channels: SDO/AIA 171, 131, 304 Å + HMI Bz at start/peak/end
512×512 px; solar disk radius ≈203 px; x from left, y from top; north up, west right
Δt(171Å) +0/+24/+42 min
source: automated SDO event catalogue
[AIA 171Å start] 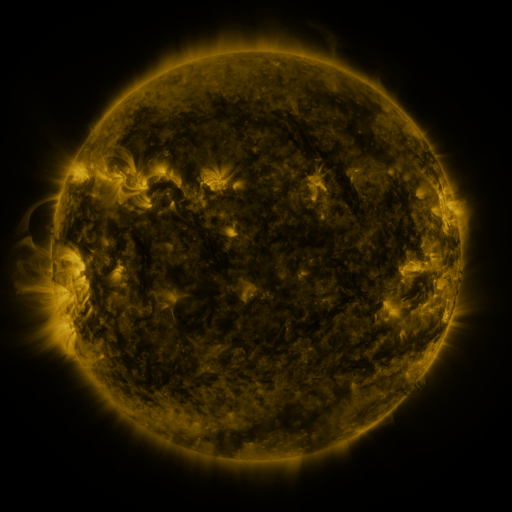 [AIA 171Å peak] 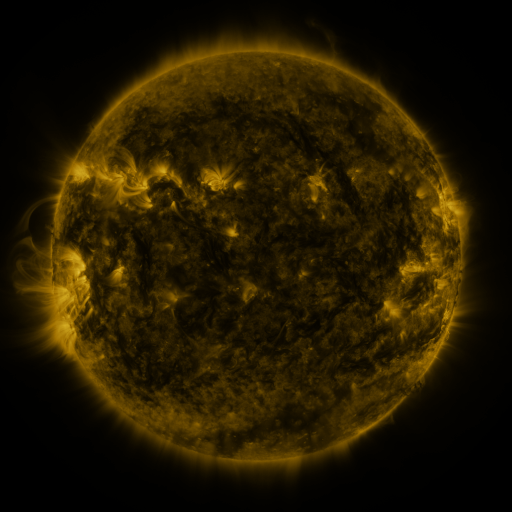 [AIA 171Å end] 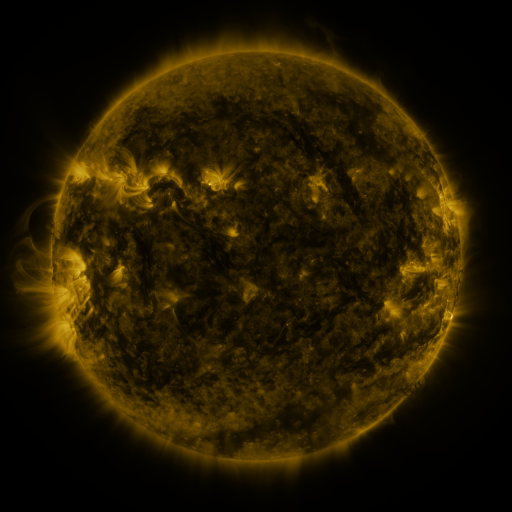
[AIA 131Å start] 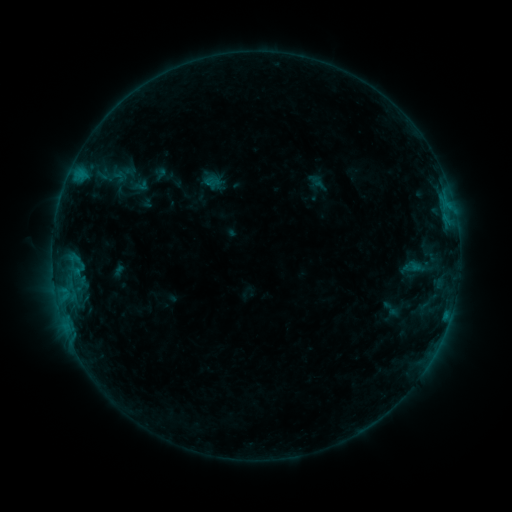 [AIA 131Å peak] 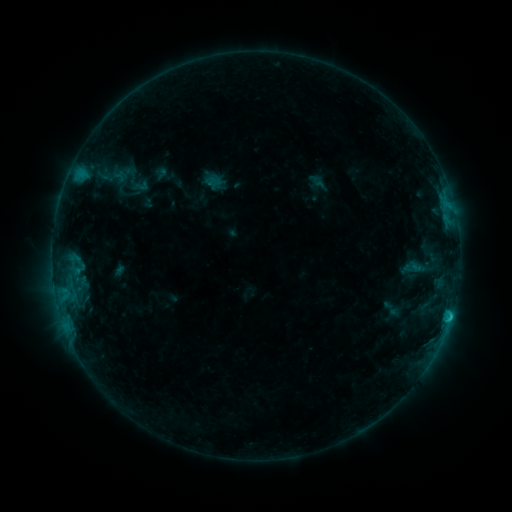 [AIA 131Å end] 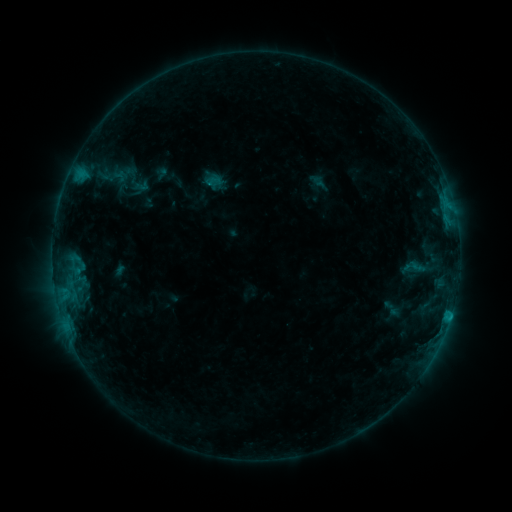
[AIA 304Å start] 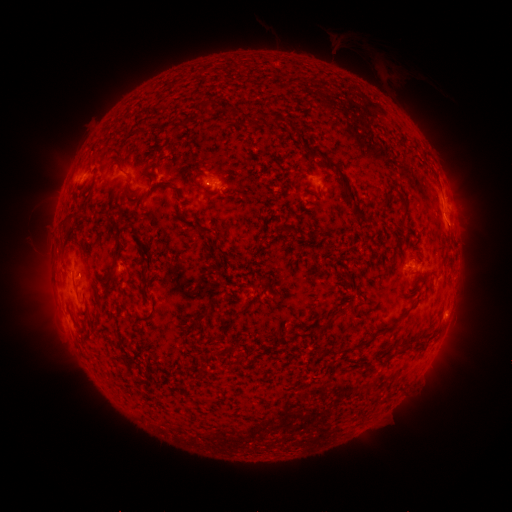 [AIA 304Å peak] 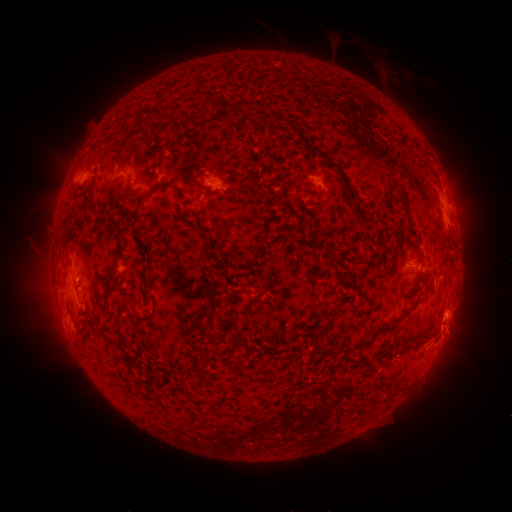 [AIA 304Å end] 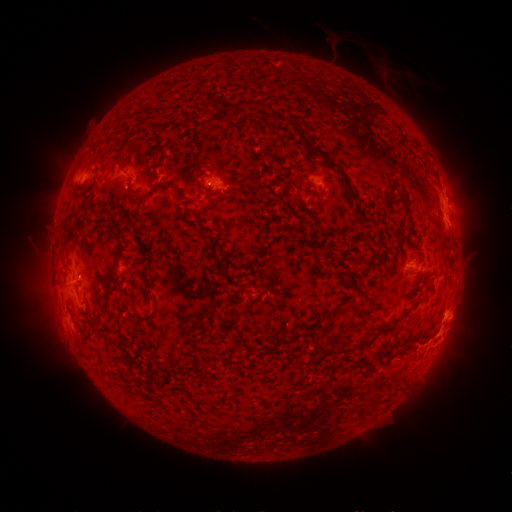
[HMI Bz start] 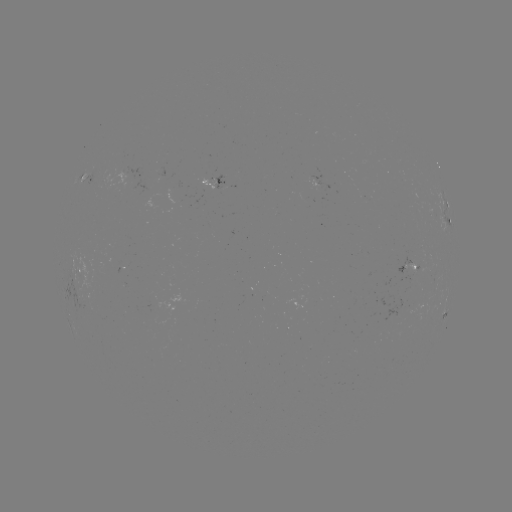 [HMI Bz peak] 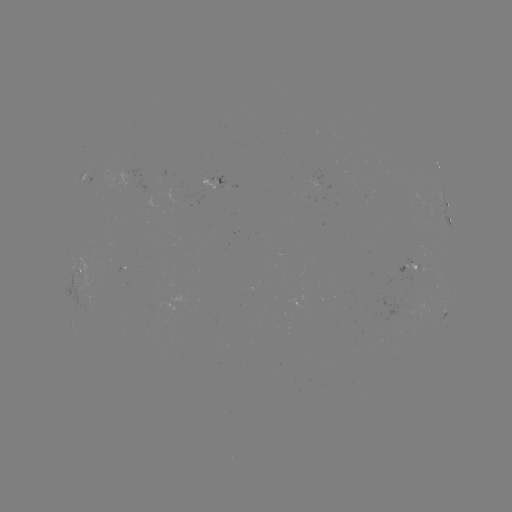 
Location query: C1.1 flare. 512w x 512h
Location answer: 450,314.